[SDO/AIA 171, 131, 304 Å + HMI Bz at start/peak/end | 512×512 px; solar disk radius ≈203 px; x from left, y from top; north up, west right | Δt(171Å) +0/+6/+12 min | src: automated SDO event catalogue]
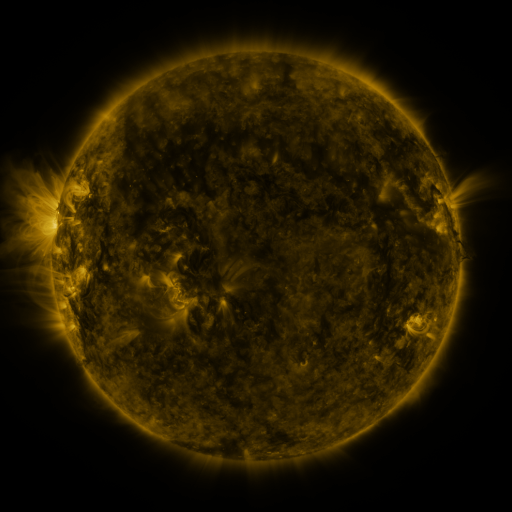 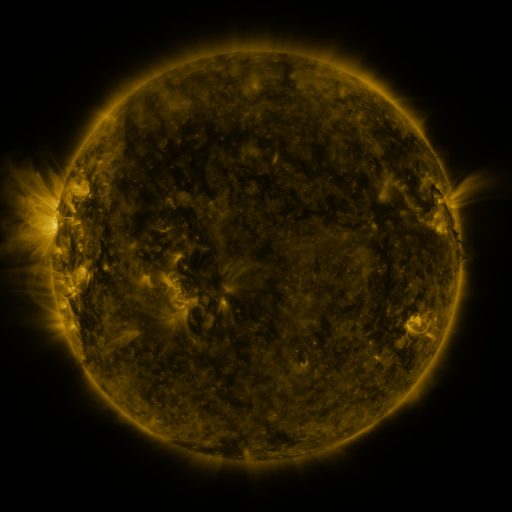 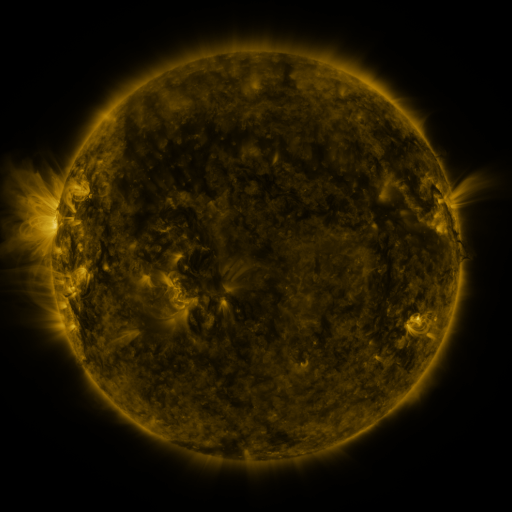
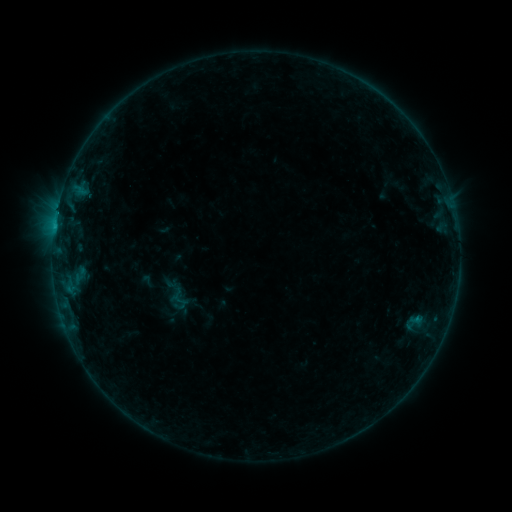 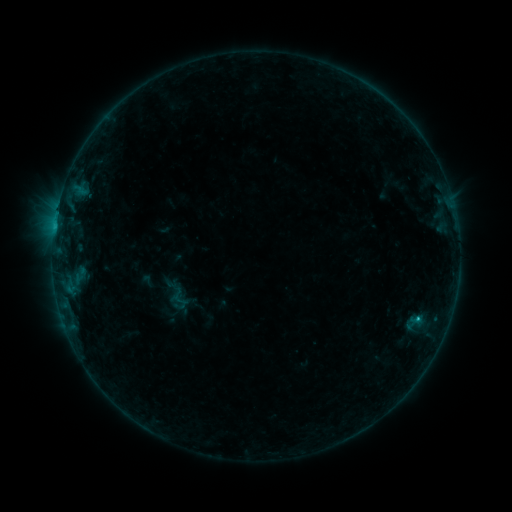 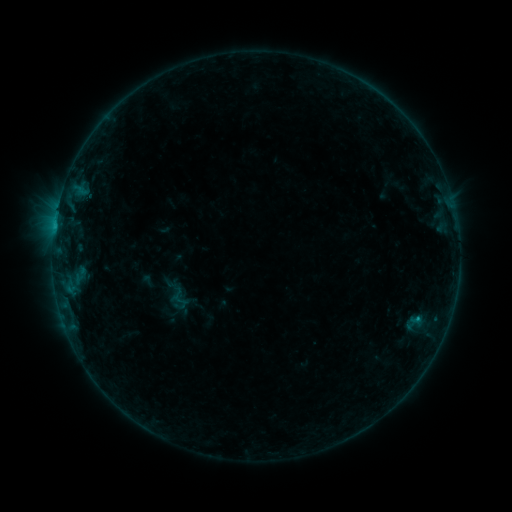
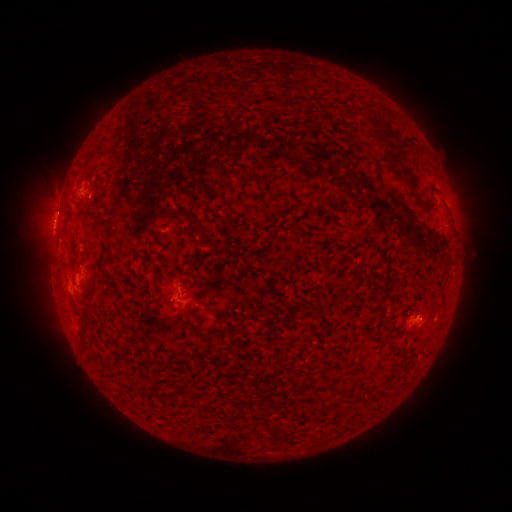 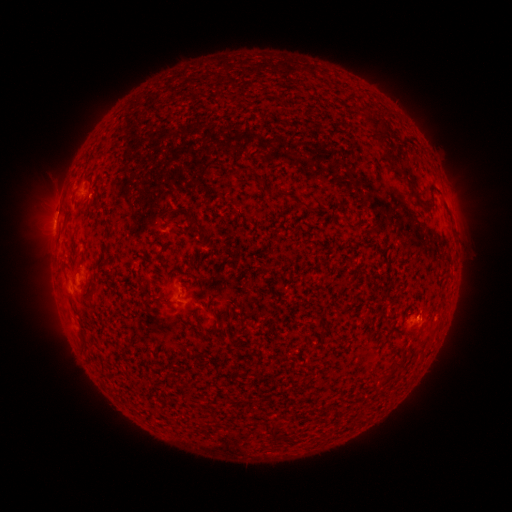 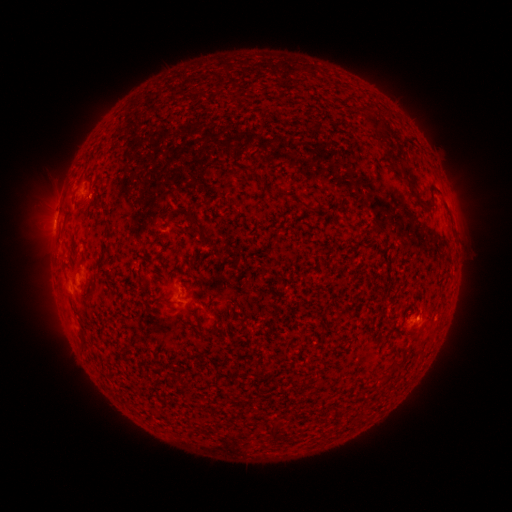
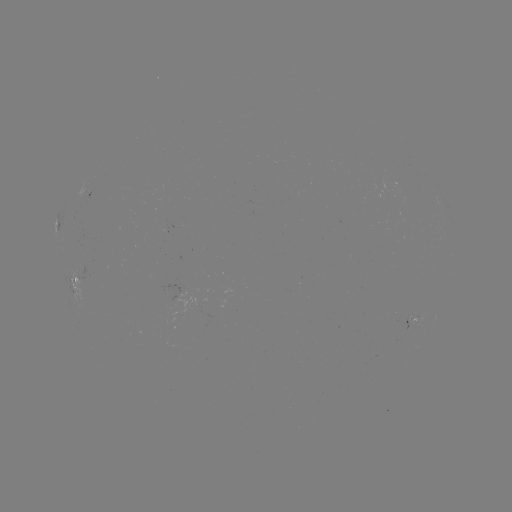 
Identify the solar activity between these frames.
B4.7 flare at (416, 319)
